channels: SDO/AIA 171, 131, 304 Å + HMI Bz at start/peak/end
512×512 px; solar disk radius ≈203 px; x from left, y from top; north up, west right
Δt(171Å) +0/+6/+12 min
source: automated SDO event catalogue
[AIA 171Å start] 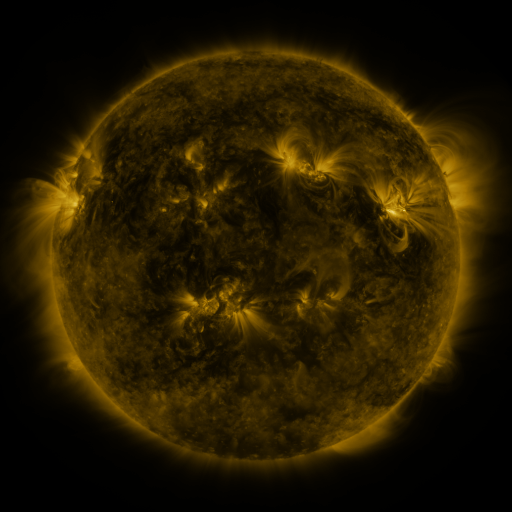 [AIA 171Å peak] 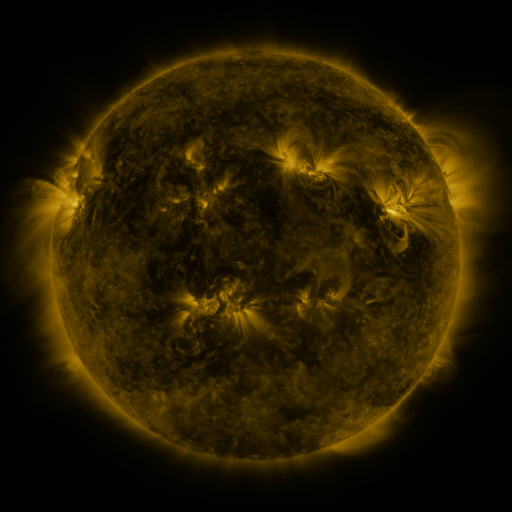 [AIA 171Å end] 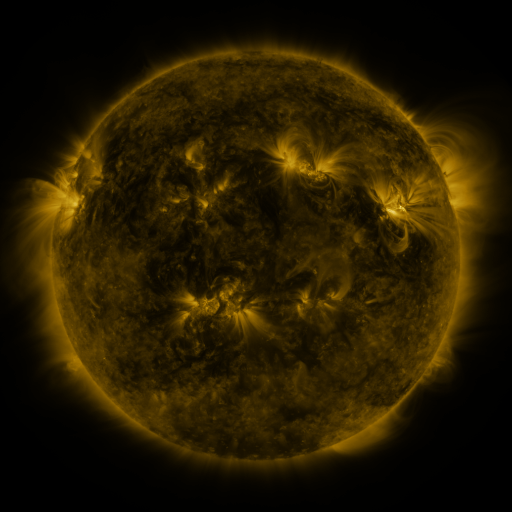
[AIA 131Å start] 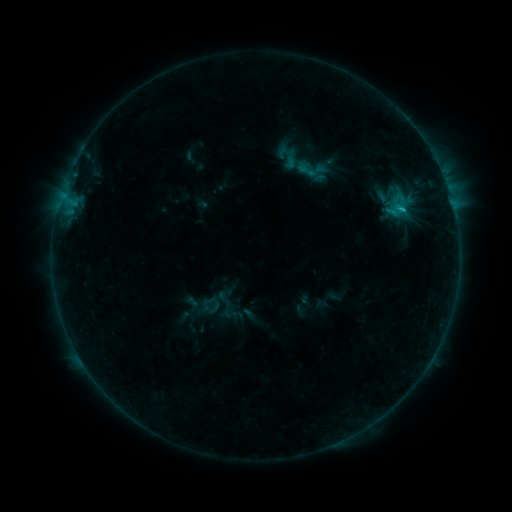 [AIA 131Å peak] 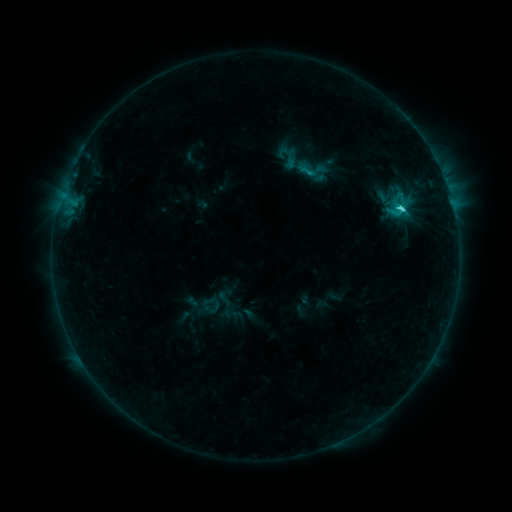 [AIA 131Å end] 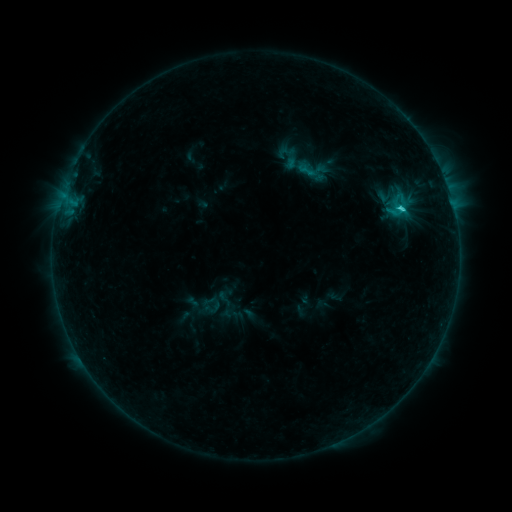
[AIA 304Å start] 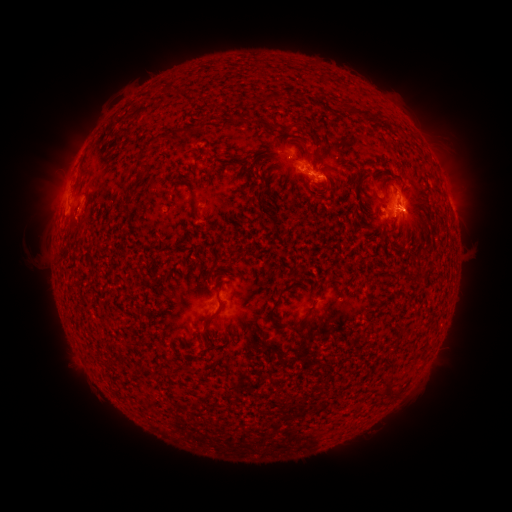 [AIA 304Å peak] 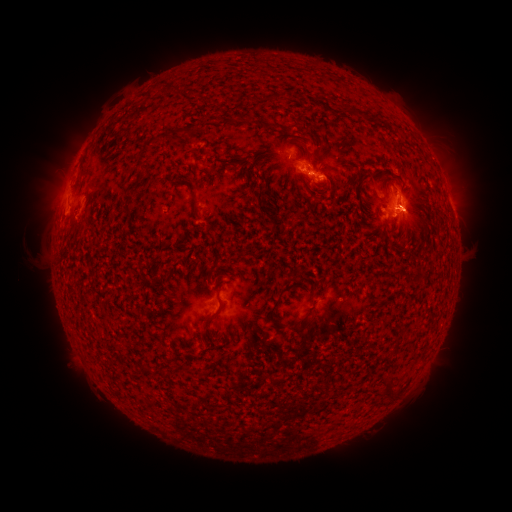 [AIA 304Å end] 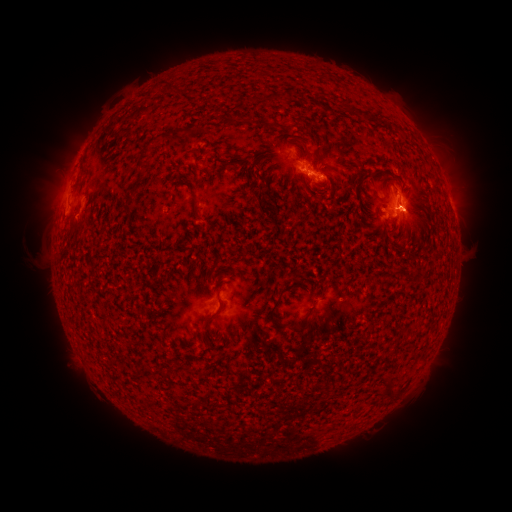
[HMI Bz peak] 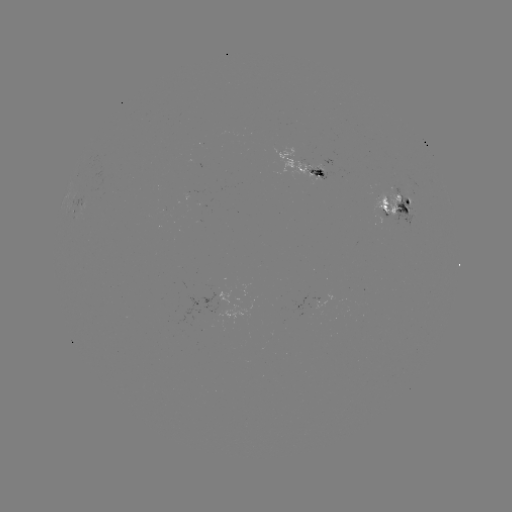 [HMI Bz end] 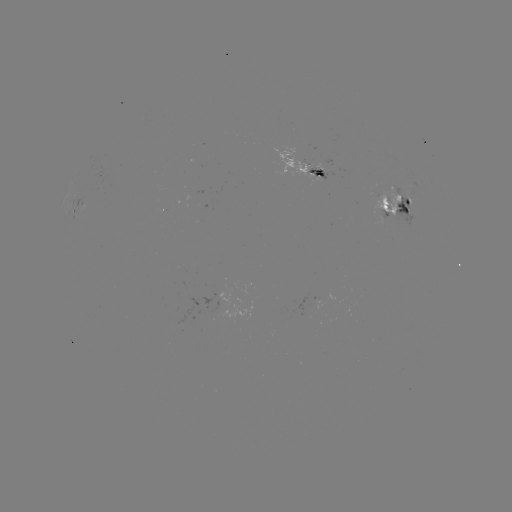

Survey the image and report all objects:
C2.2 flare: (401, 210)
